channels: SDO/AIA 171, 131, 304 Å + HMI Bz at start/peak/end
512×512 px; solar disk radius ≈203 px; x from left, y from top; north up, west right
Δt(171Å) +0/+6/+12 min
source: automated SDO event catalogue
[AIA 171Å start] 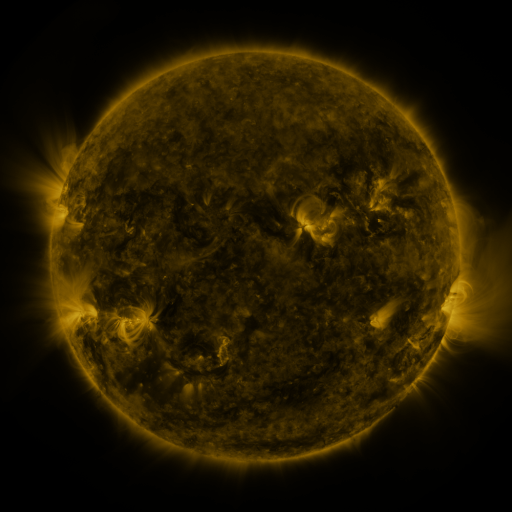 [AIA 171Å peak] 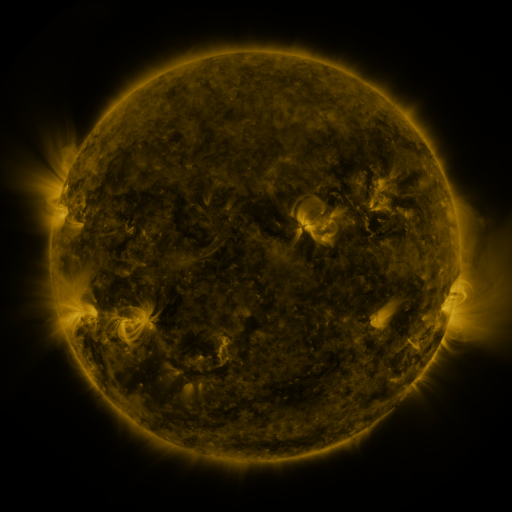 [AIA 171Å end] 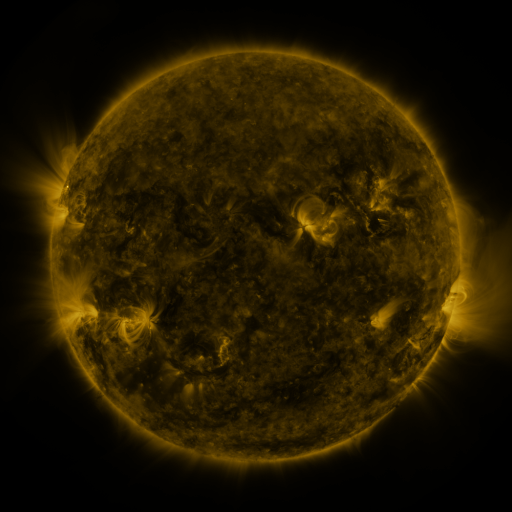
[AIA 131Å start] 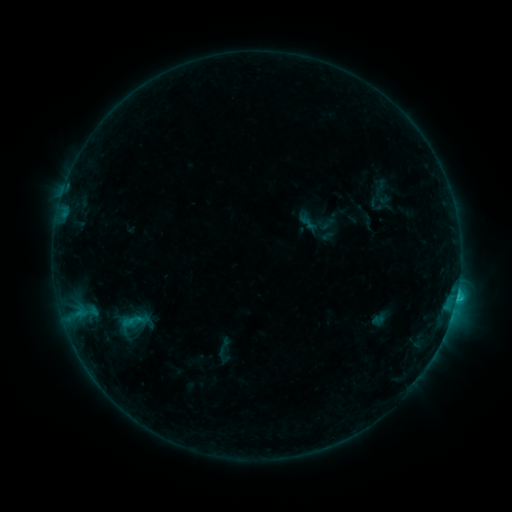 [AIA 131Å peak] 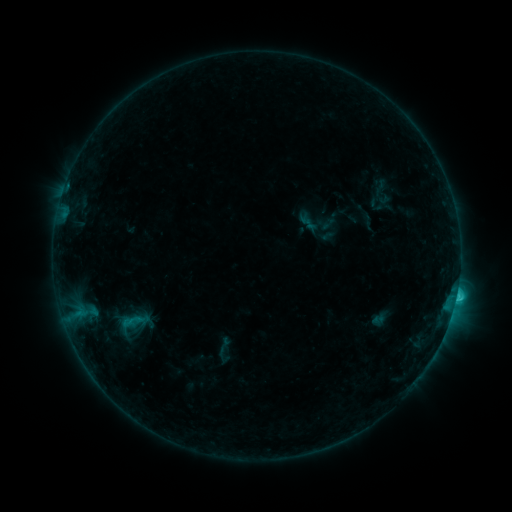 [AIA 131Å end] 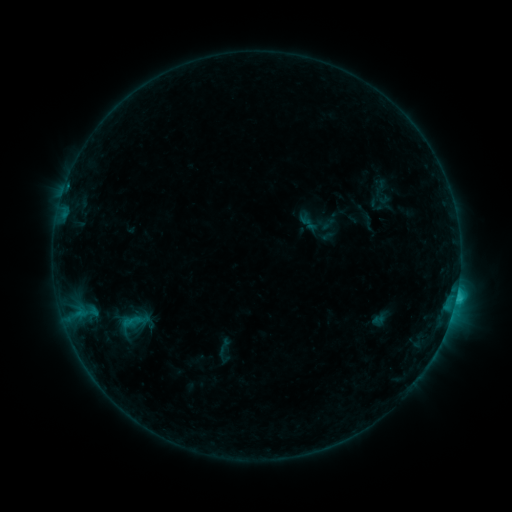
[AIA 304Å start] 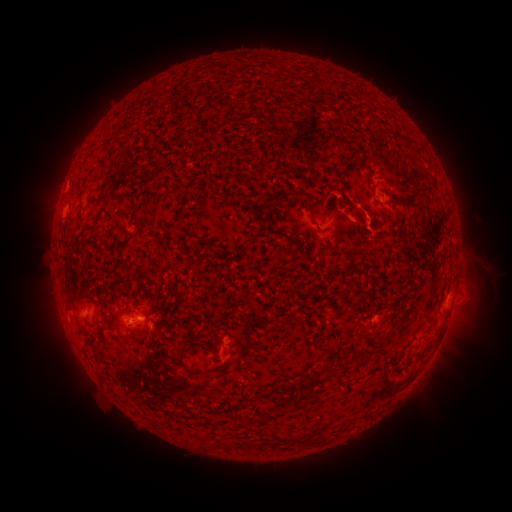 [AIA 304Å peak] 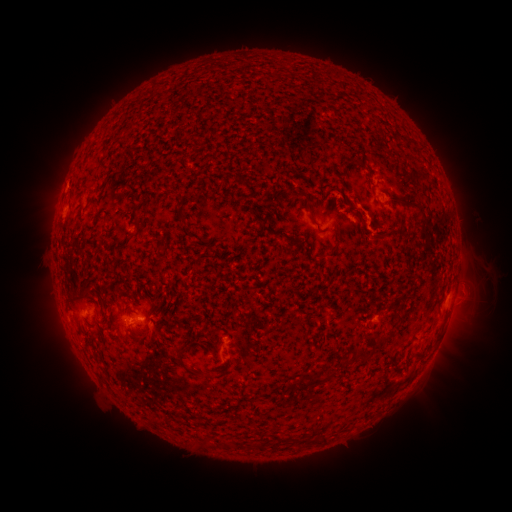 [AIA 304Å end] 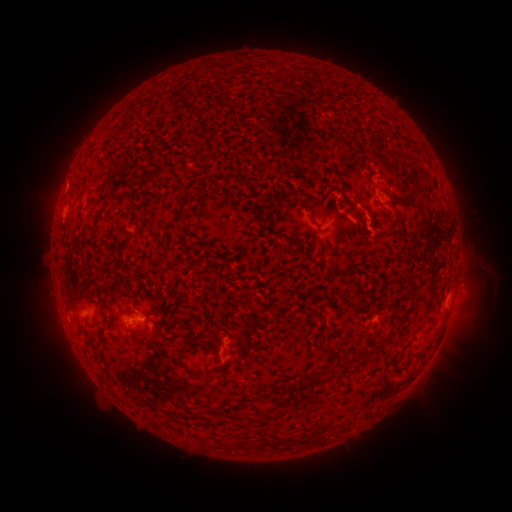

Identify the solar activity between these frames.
C1.9 flare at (455, 295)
